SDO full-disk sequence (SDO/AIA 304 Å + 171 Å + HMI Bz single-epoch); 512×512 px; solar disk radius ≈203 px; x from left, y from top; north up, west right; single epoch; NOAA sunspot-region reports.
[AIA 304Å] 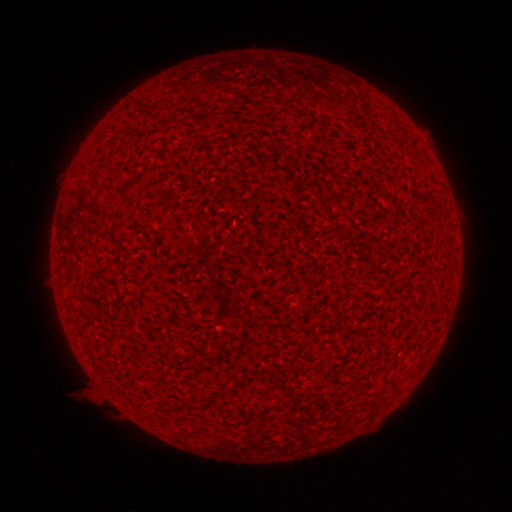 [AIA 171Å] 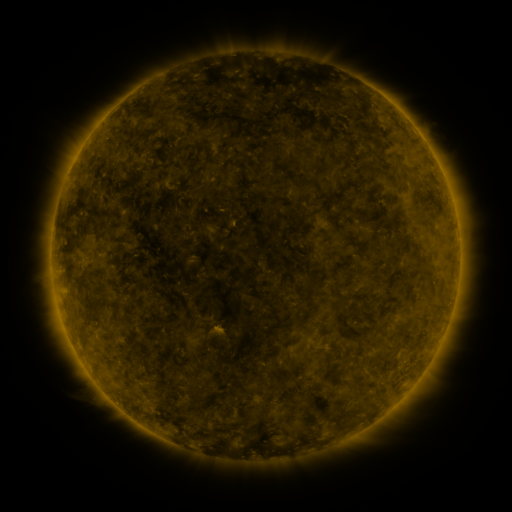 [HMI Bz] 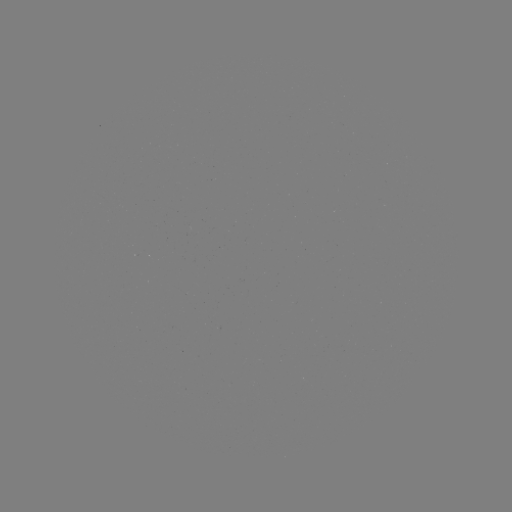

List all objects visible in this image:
(none)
